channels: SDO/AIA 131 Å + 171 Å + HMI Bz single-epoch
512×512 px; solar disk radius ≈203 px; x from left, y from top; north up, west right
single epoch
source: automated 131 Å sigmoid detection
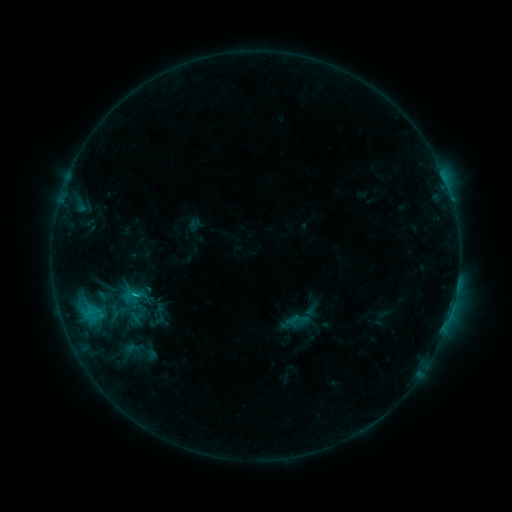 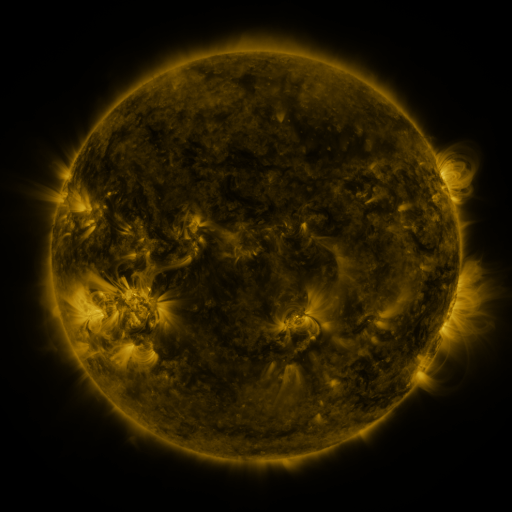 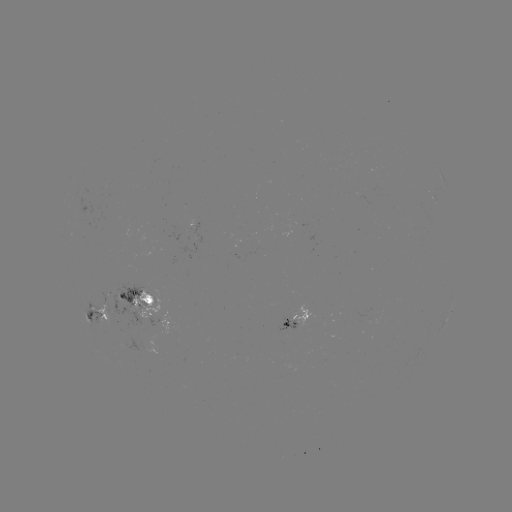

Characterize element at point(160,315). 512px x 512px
sigmoid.